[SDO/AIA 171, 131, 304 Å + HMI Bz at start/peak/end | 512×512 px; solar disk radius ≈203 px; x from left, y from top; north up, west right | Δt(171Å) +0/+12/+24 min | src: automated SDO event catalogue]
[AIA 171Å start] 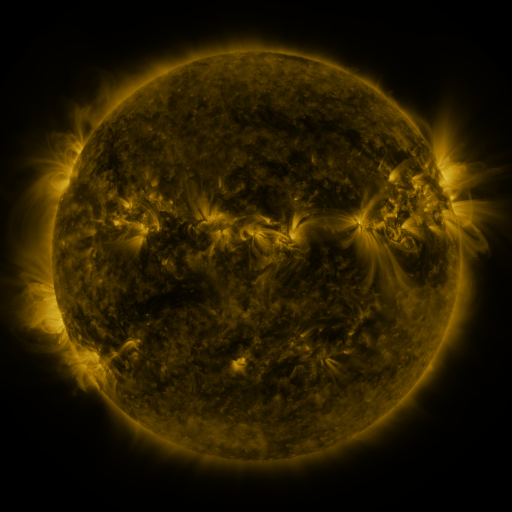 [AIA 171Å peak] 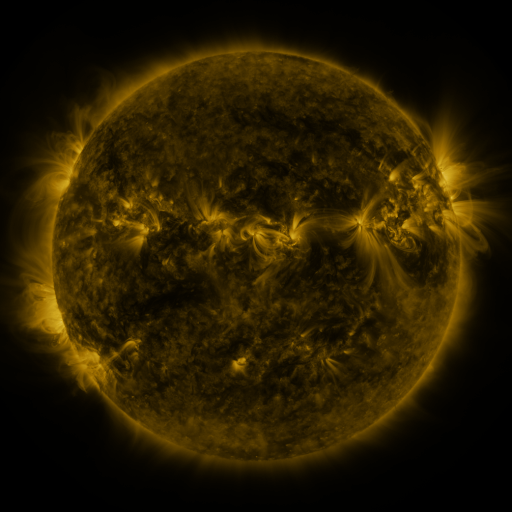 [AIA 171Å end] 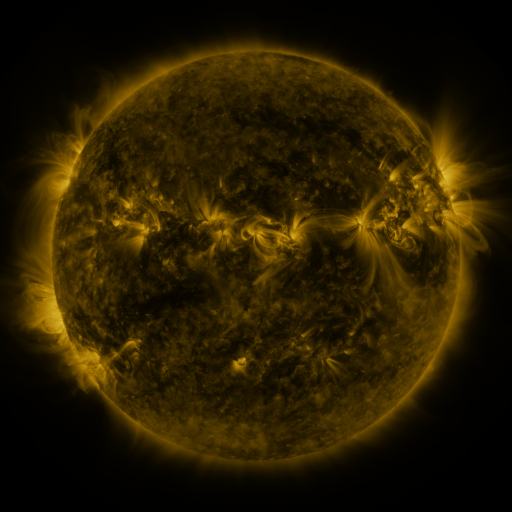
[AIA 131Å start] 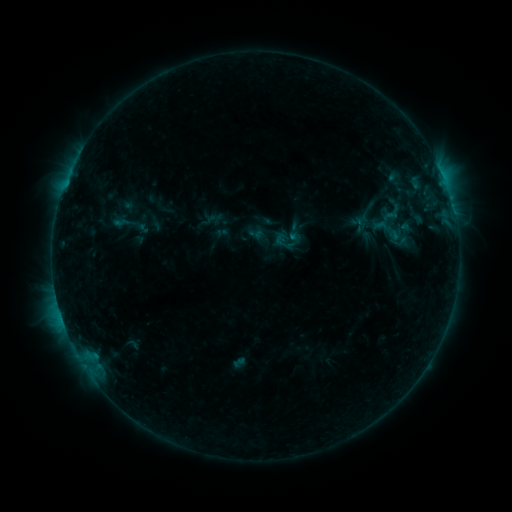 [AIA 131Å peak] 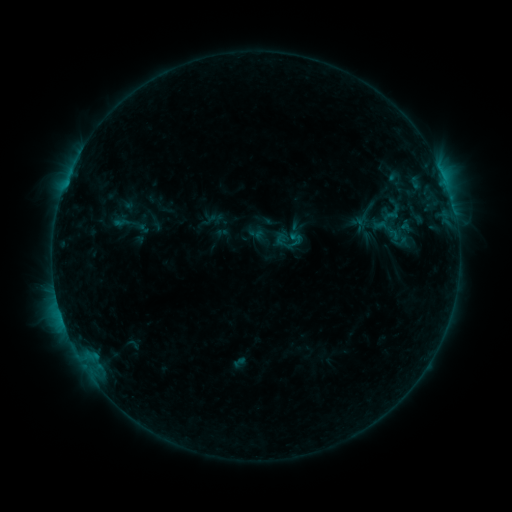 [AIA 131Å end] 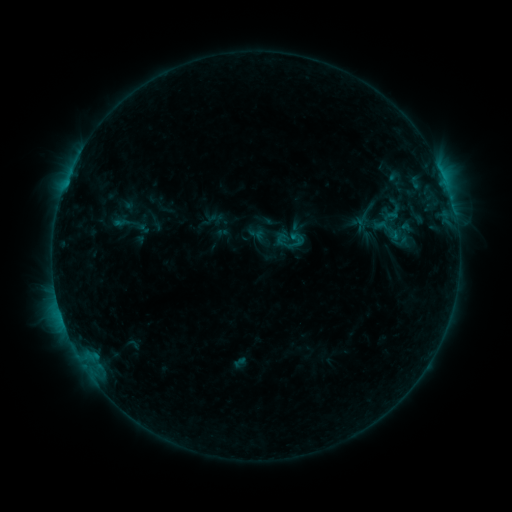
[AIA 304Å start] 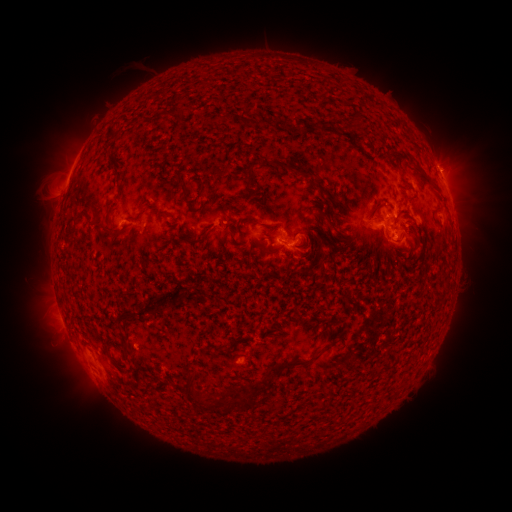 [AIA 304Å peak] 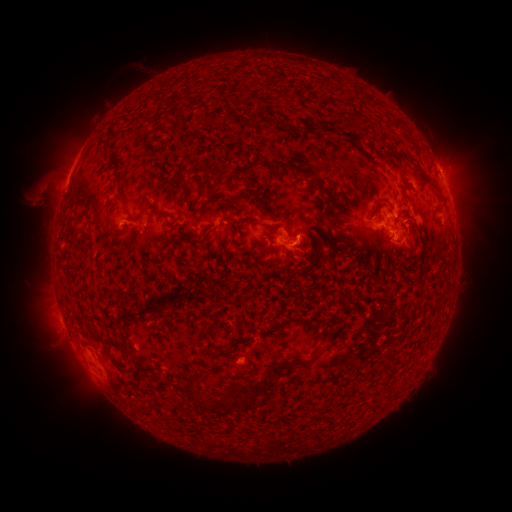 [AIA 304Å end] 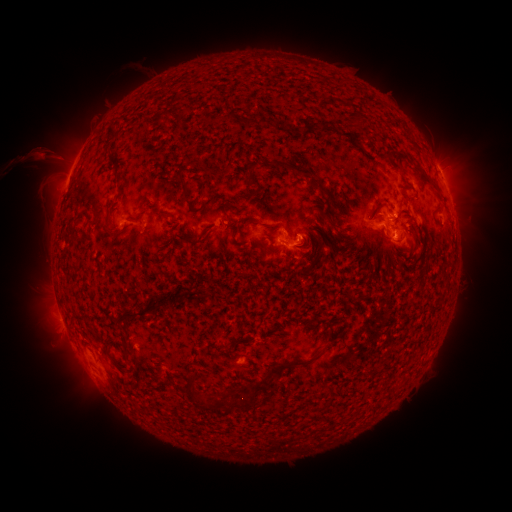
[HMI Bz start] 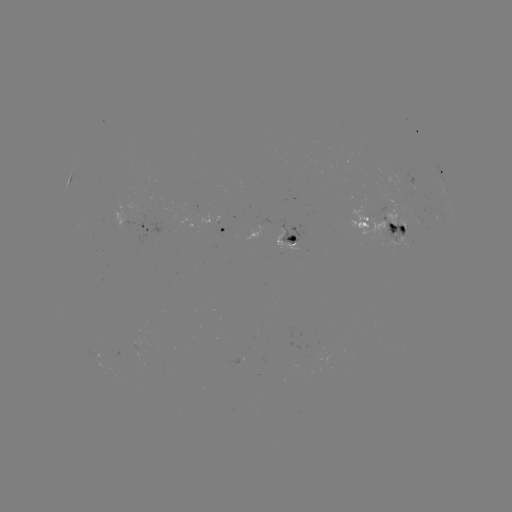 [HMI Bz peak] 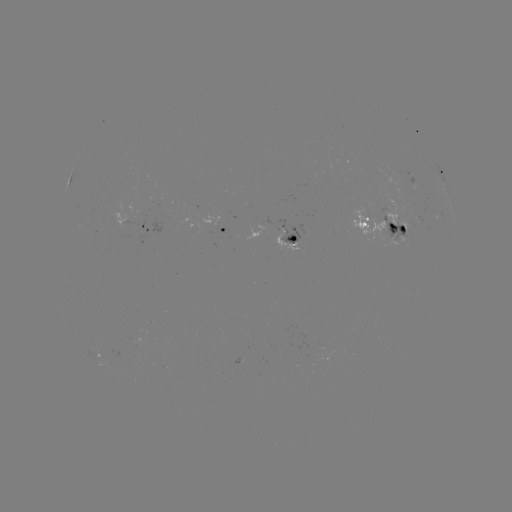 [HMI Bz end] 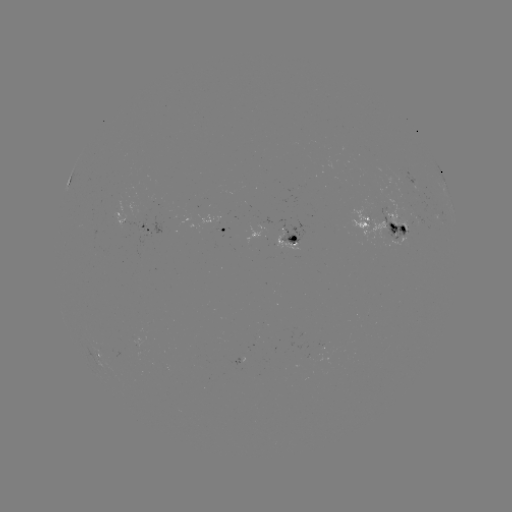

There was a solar eruption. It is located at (42, 191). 